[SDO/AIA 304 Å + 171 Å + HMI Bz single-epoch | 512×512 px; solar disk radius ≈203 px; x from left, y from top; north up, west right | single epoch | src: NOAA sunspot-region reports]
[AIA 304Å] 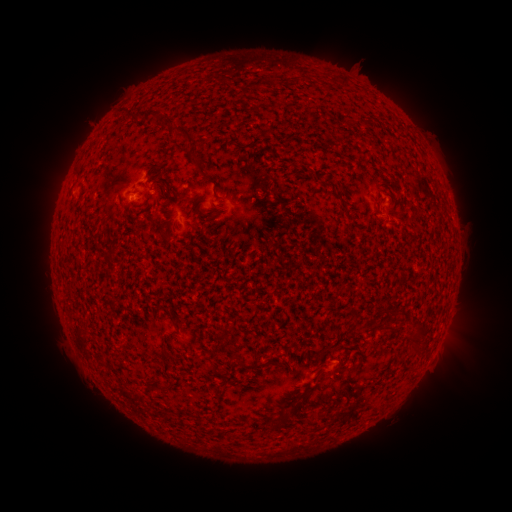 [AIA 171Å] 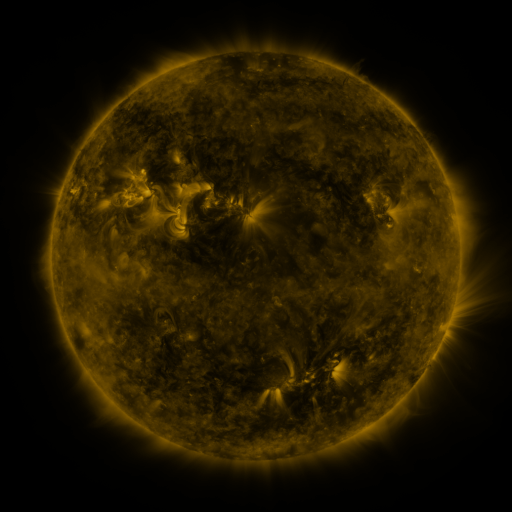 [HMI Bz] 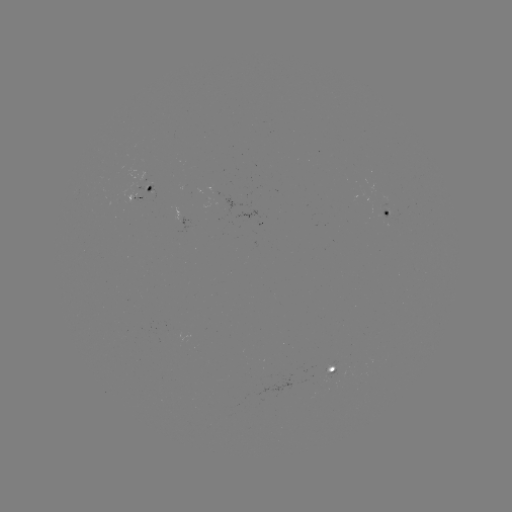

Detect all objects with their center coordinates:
spotted active region: (145, 190)
spotted active region: (382, 213)
spotted active region: (322, 372)
